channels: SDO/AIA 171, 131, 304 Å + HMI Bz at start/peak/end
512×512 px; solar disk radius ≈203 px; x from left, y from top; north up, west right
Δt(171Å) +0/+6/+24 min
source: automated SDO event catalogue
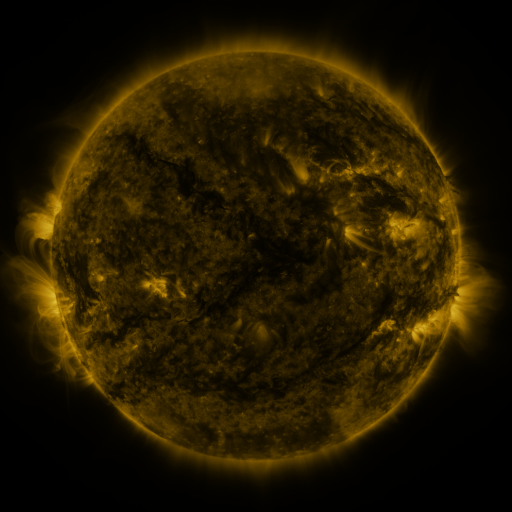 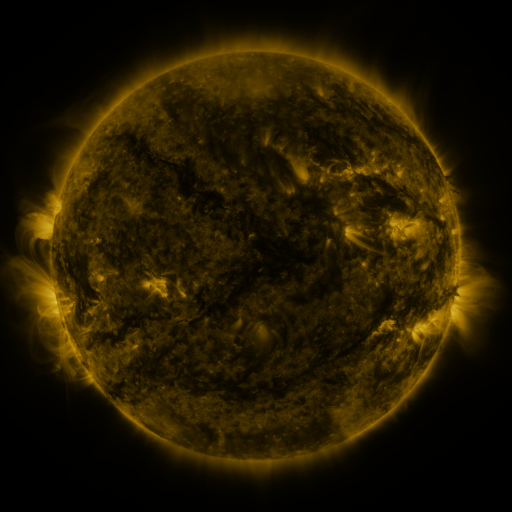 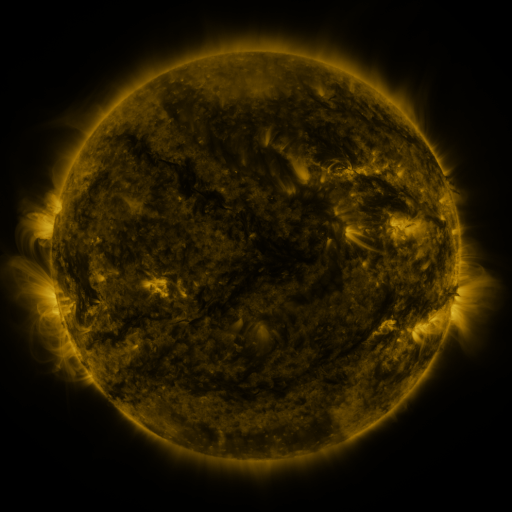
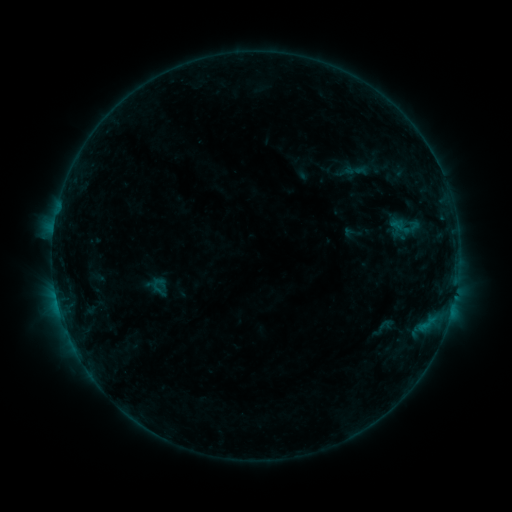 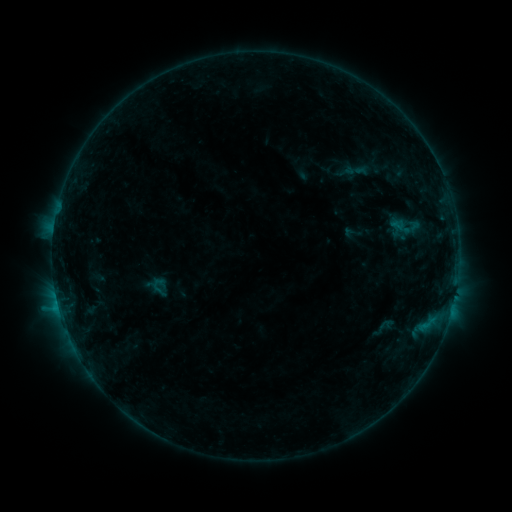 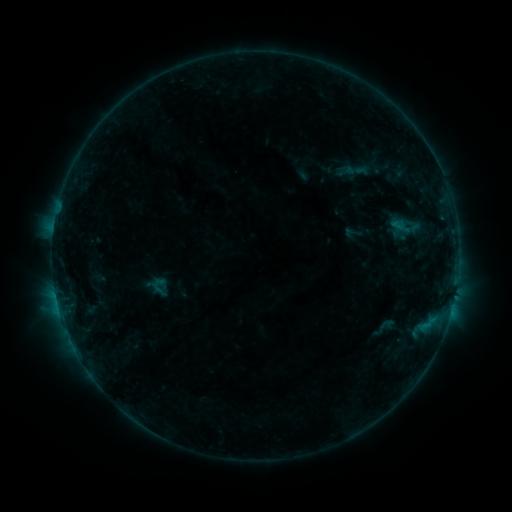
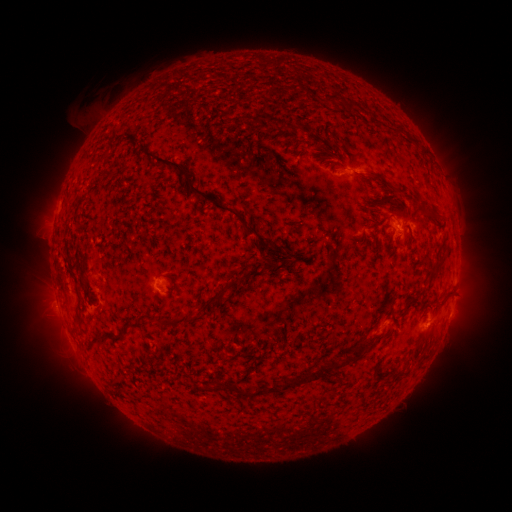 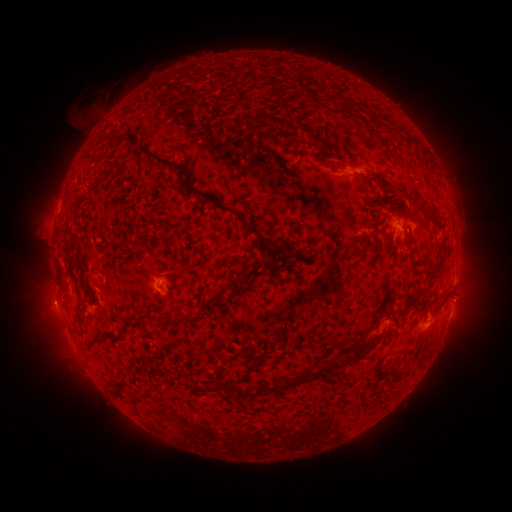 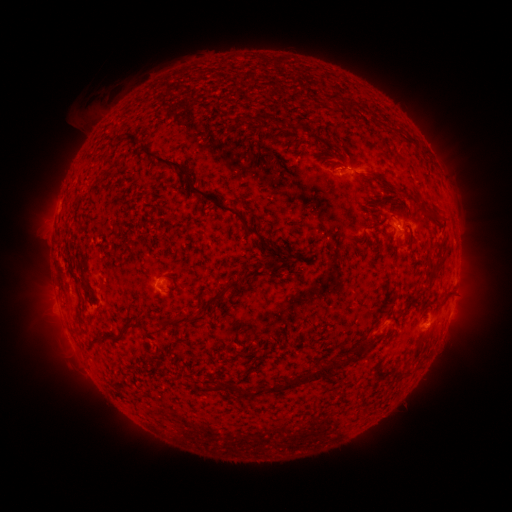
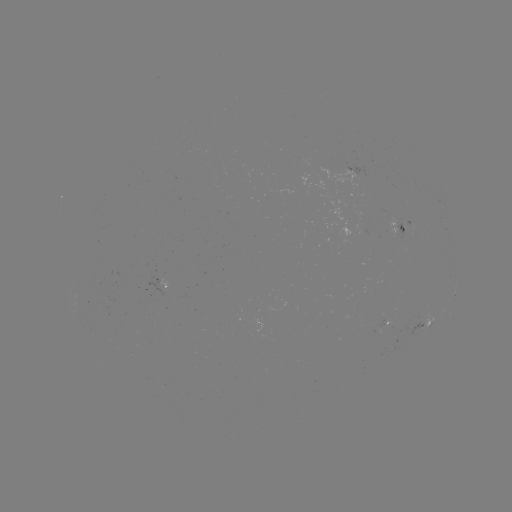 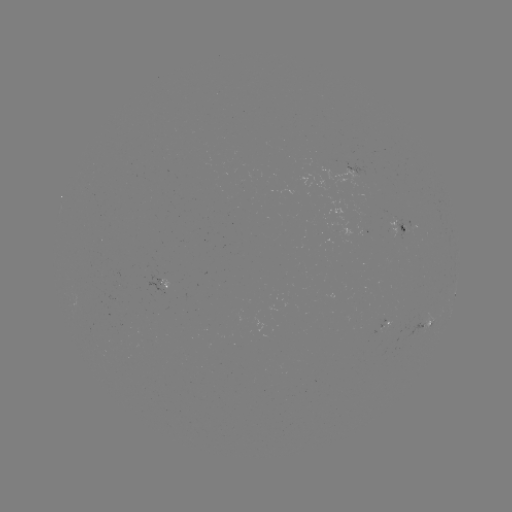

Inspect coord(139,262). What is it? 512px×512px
B4.4 flare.